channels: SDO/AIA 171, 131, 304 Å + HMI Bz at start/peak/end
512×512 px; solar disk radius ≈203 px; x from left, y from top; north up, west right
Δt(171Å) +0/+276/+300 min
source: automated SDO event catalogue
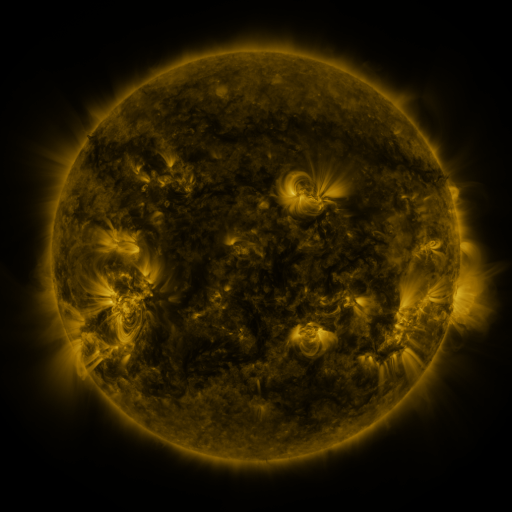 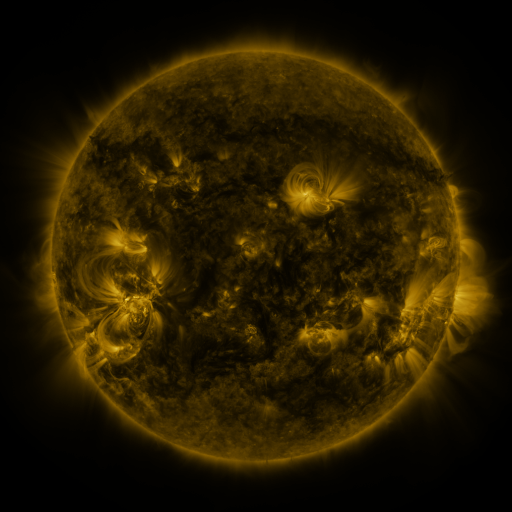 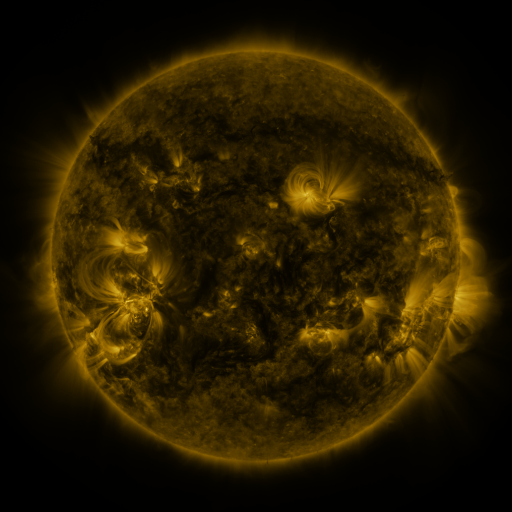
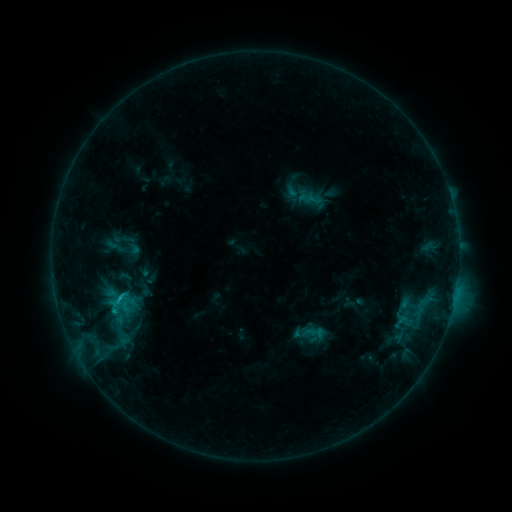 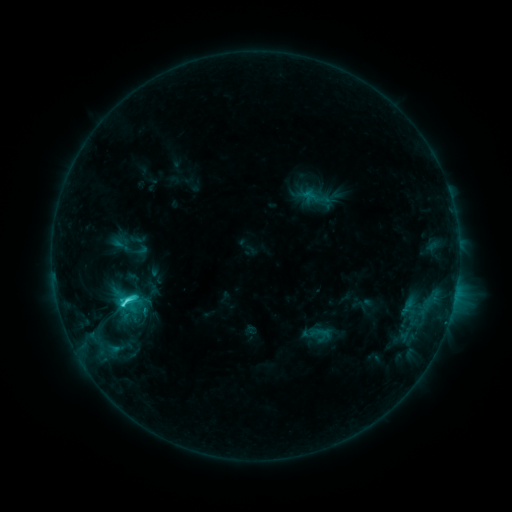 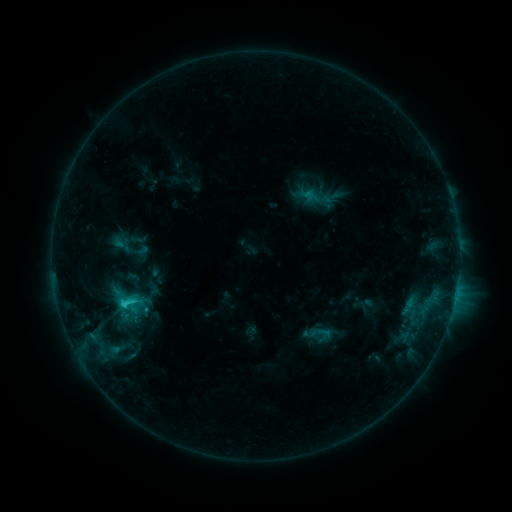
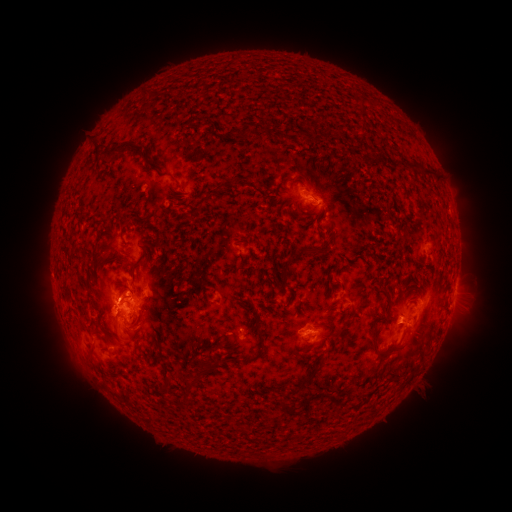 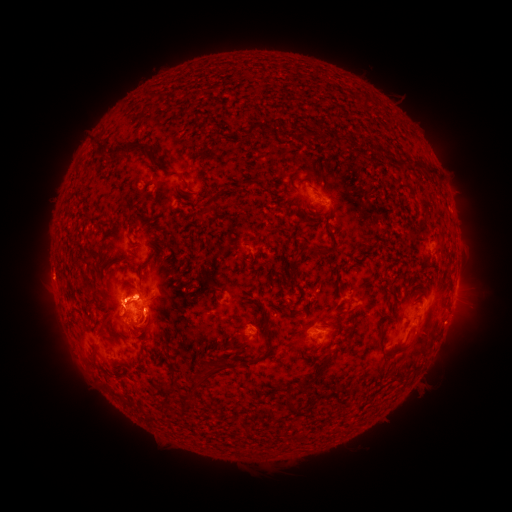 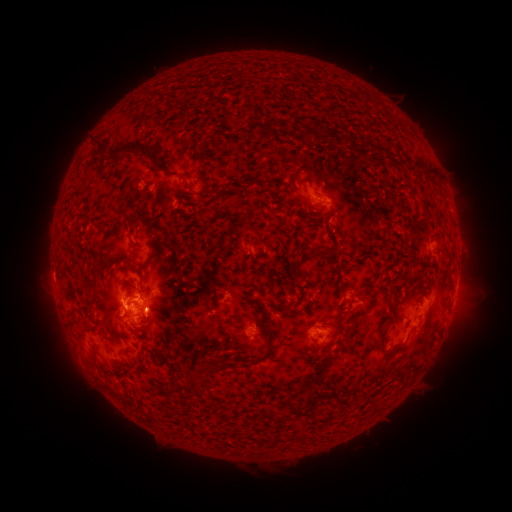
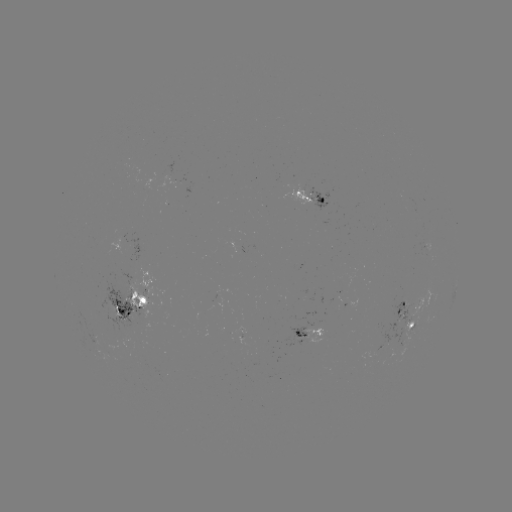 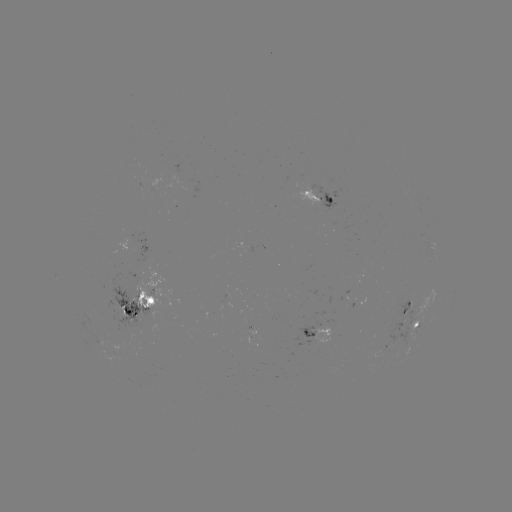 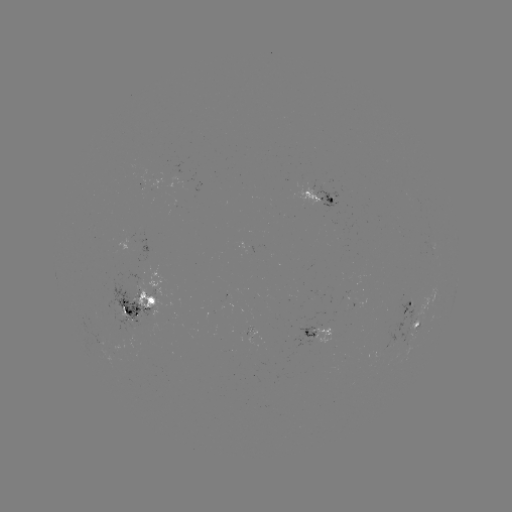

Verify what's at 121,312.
emerging-flux region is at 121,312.